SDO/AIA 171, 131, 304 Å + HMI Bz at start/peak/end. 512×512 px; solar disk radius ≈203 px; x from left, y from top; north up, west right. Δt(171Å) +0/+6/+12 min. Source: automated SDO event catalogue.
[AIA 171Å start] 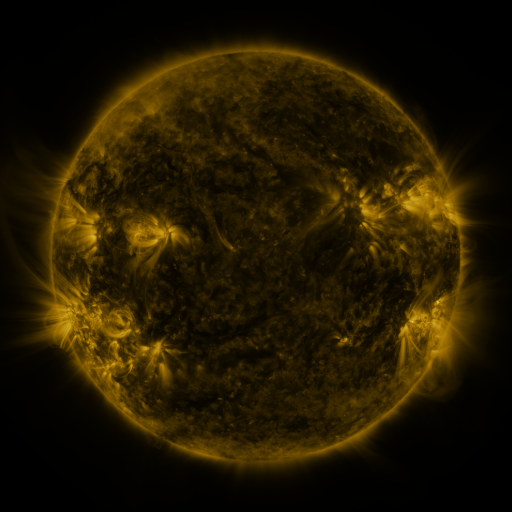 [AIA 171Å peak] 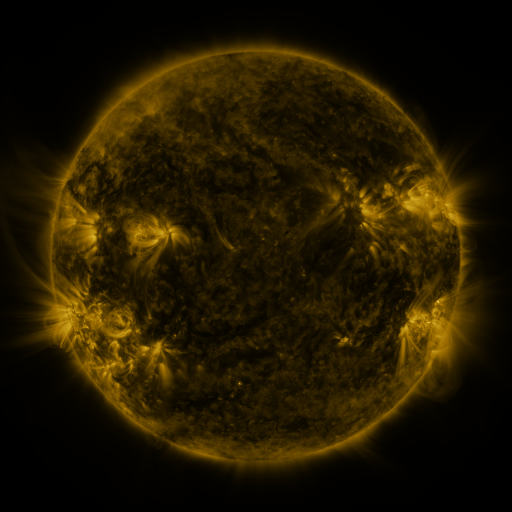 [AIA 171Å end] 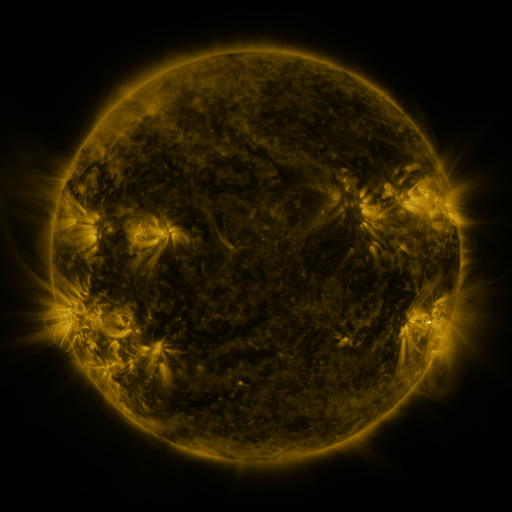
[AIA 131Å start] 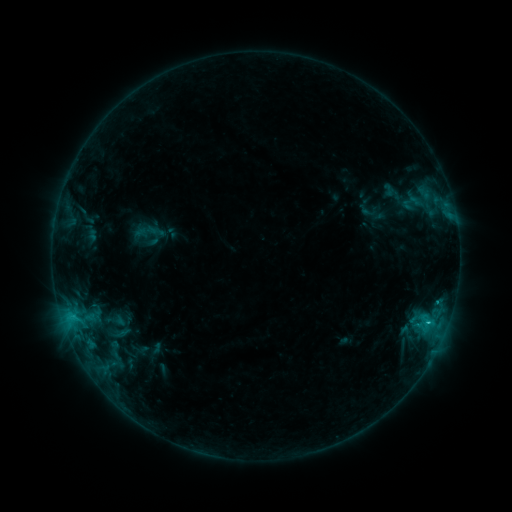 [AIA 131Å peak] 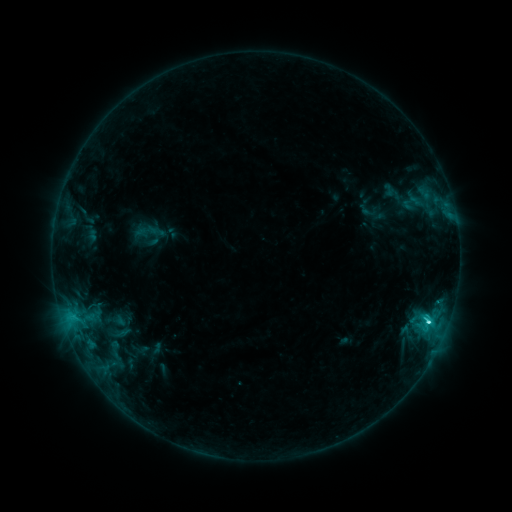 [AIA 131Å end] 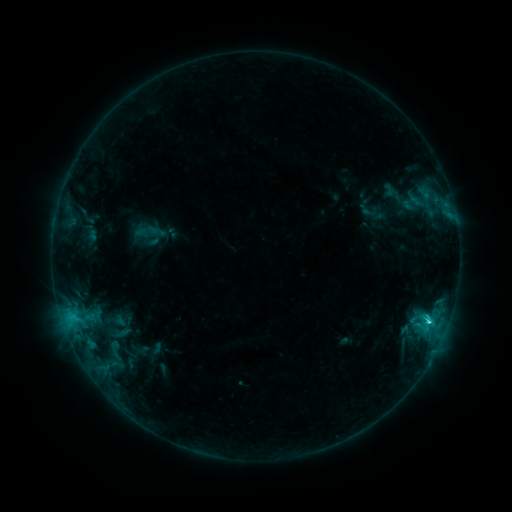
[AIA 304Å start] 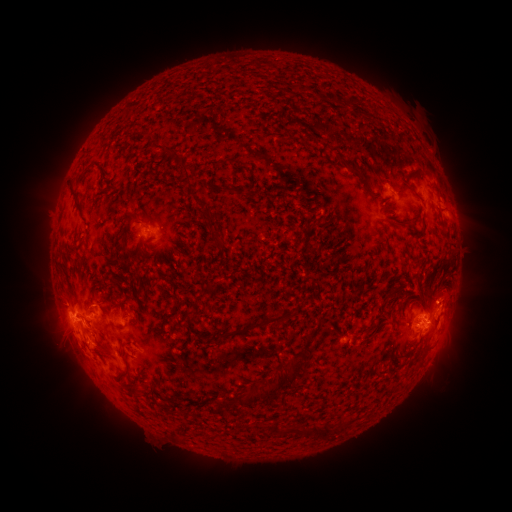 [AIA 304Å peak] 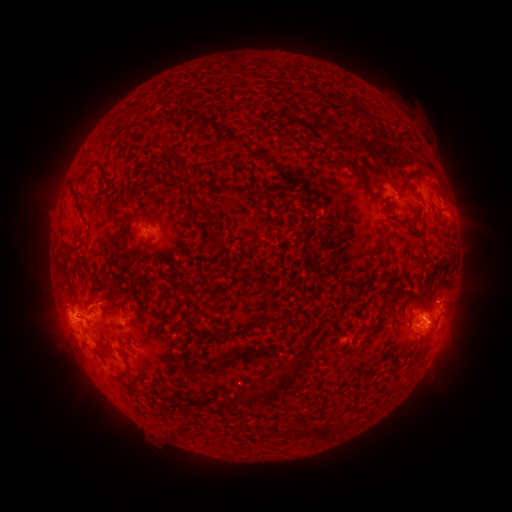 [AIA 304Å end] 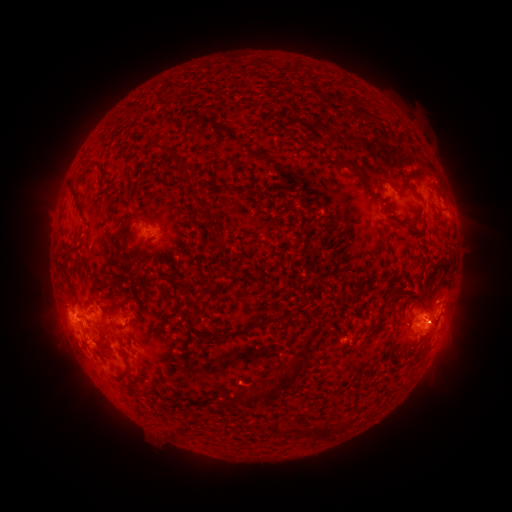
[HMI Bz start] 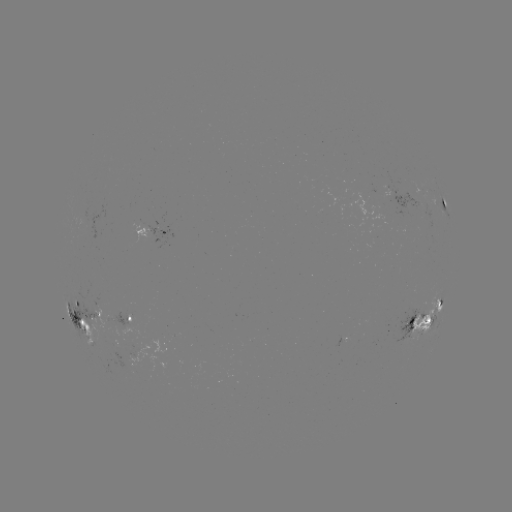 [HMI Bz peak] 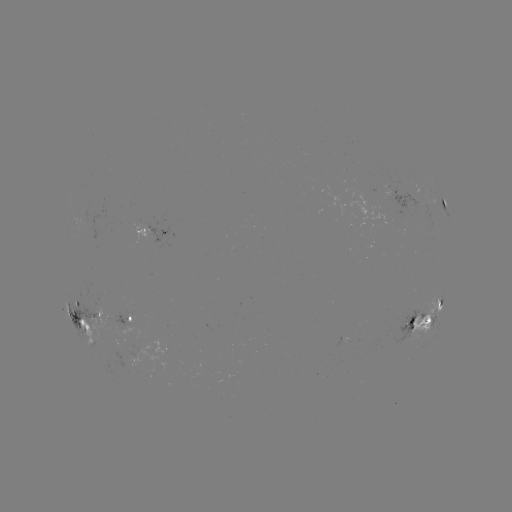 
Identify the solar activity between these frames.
C3.6 flare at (426, 321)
